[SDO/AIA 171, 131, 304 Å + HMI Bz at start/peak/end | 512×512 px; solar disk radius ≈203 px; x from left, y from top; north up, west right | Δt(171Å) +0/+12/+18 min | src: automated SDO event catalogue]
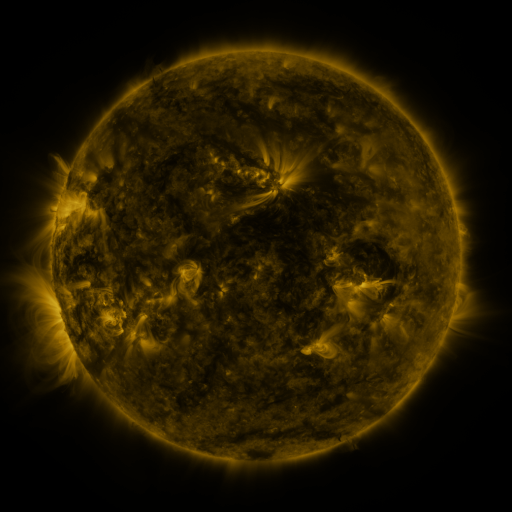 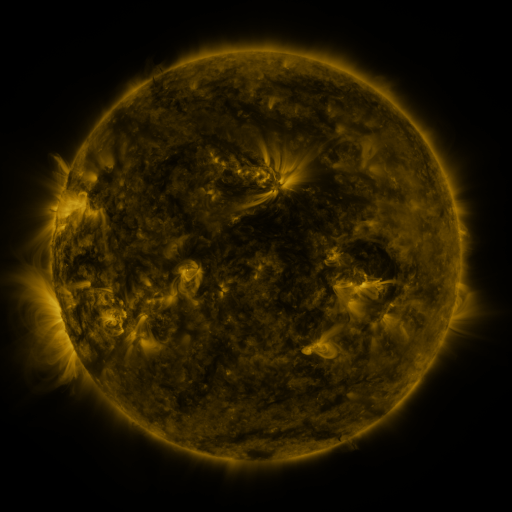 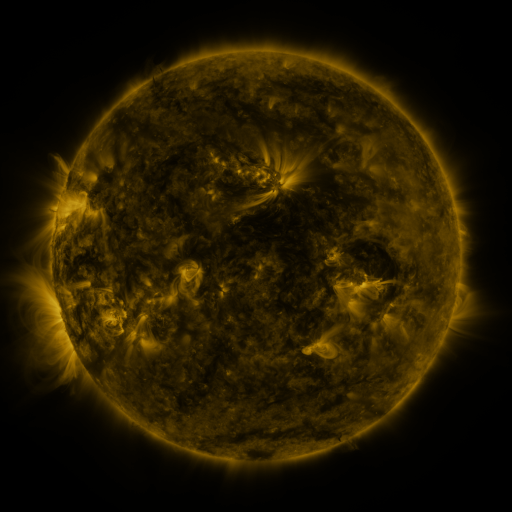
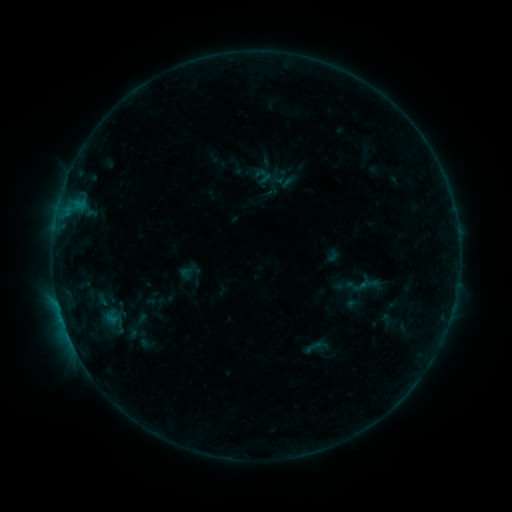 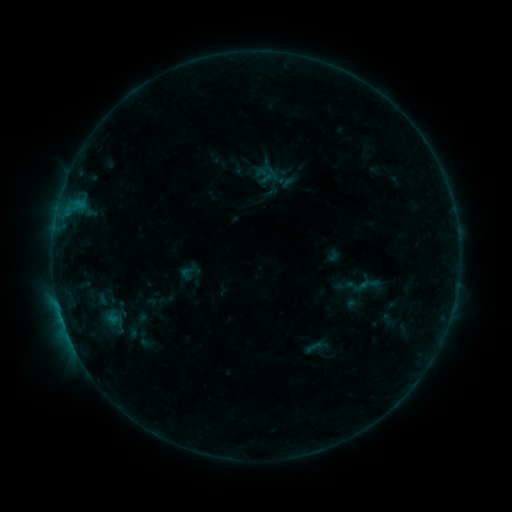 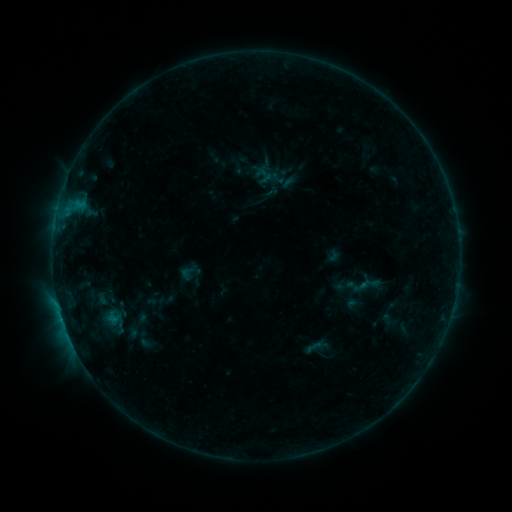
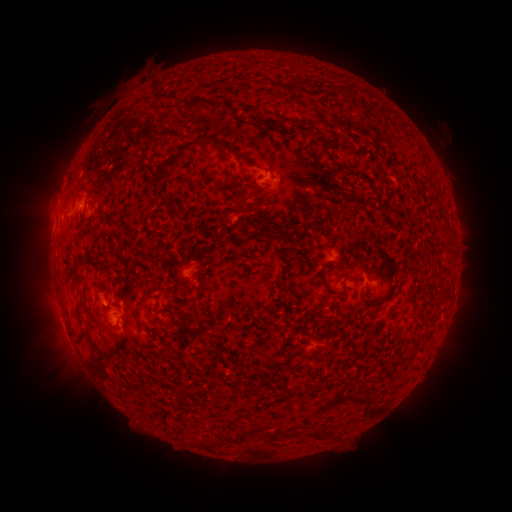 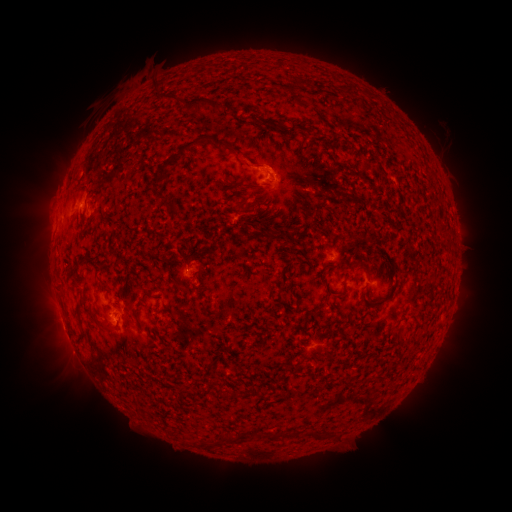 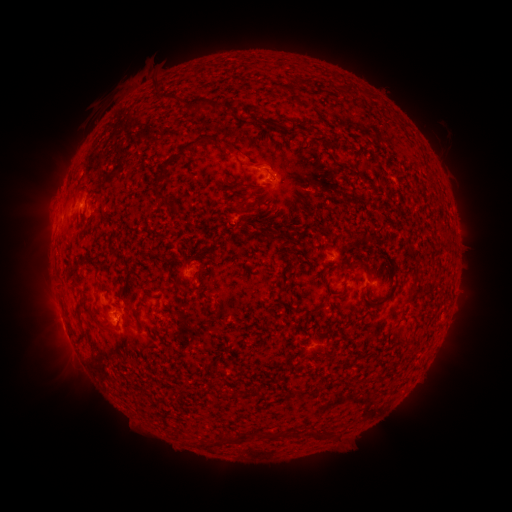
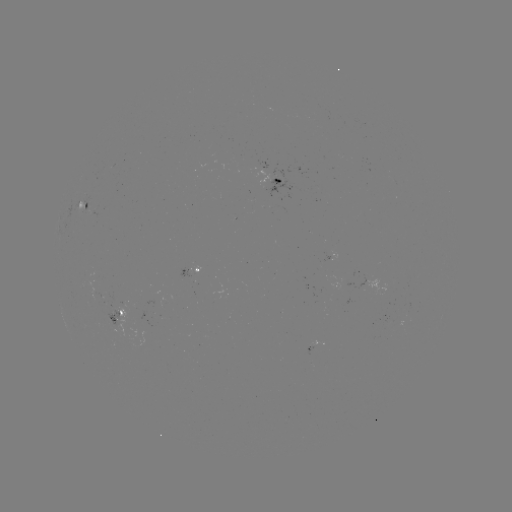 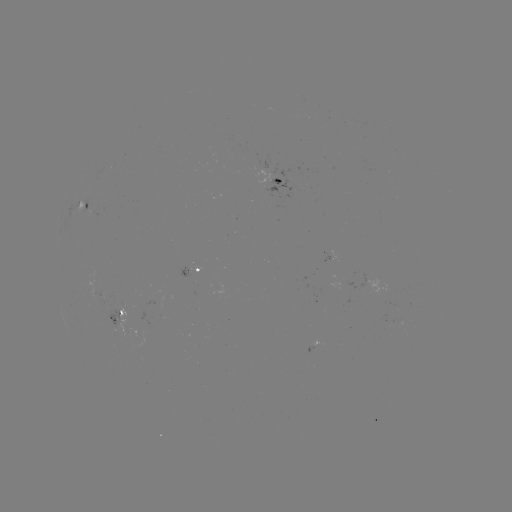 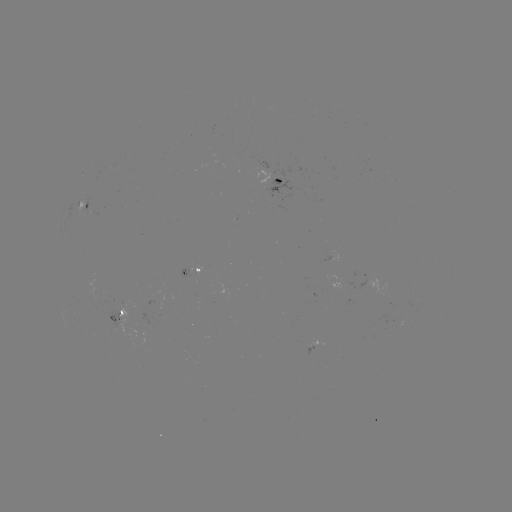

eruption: (228, 136, 286, 179)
